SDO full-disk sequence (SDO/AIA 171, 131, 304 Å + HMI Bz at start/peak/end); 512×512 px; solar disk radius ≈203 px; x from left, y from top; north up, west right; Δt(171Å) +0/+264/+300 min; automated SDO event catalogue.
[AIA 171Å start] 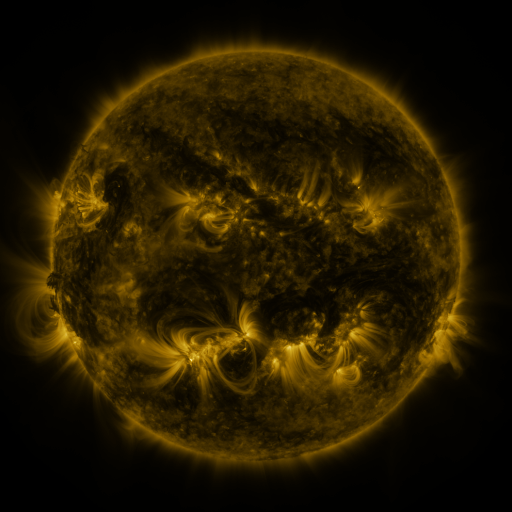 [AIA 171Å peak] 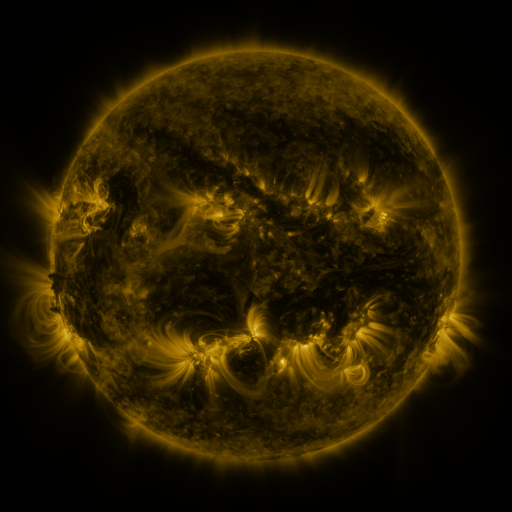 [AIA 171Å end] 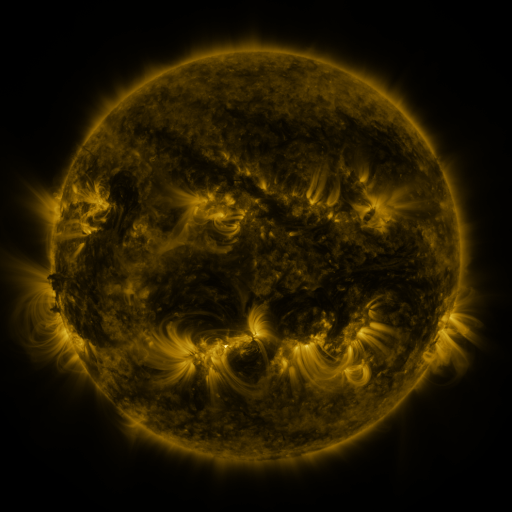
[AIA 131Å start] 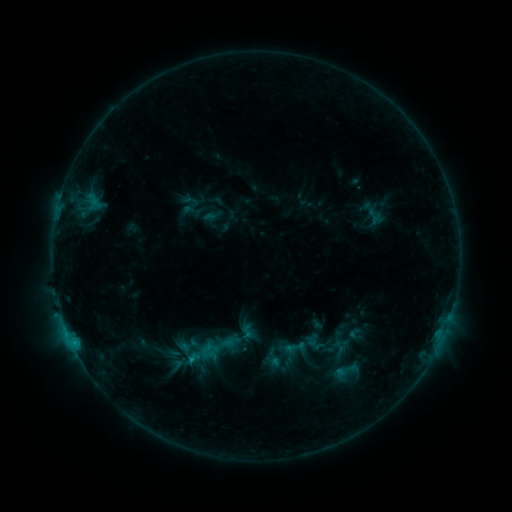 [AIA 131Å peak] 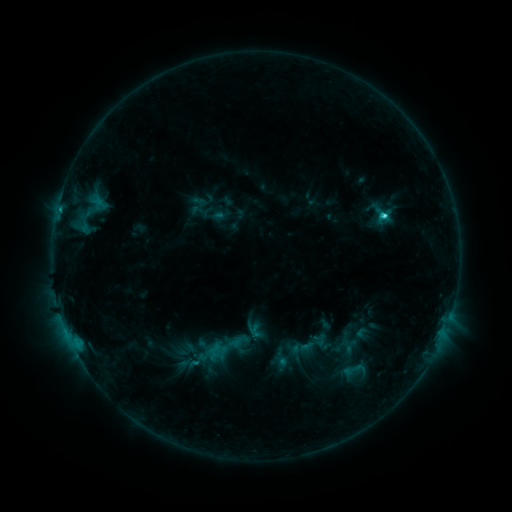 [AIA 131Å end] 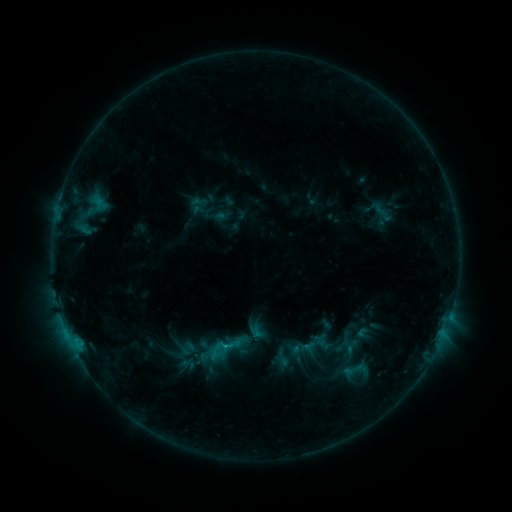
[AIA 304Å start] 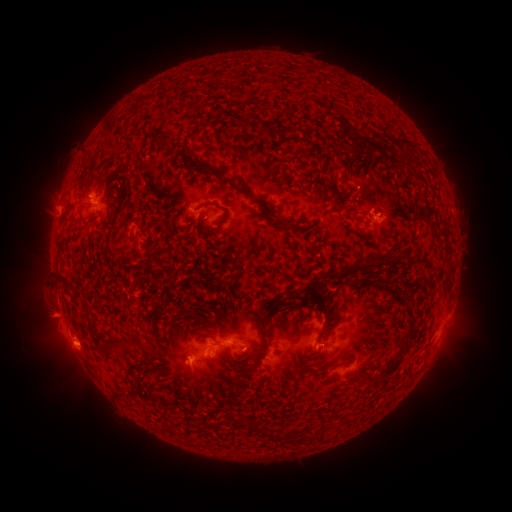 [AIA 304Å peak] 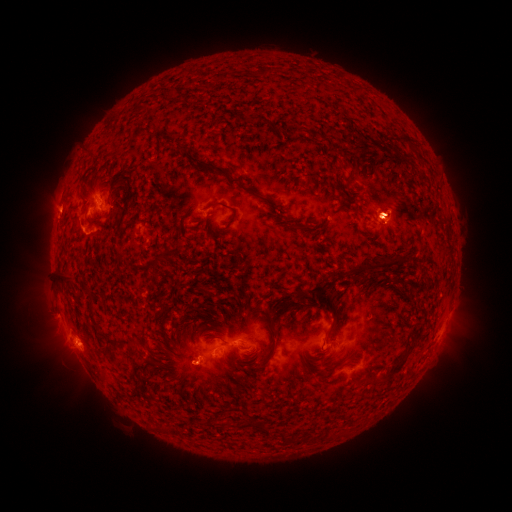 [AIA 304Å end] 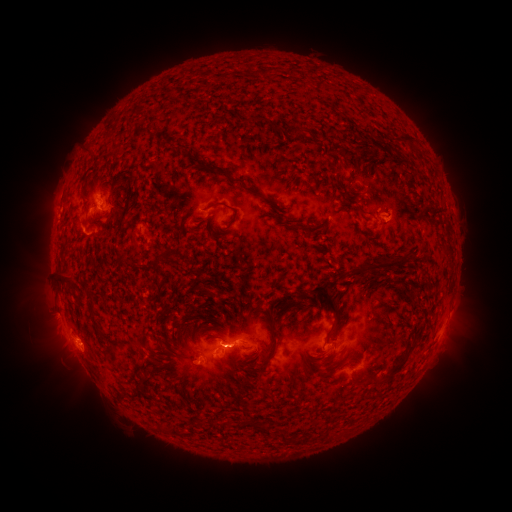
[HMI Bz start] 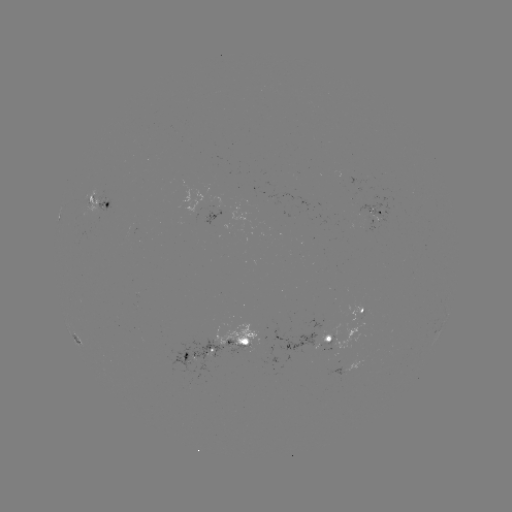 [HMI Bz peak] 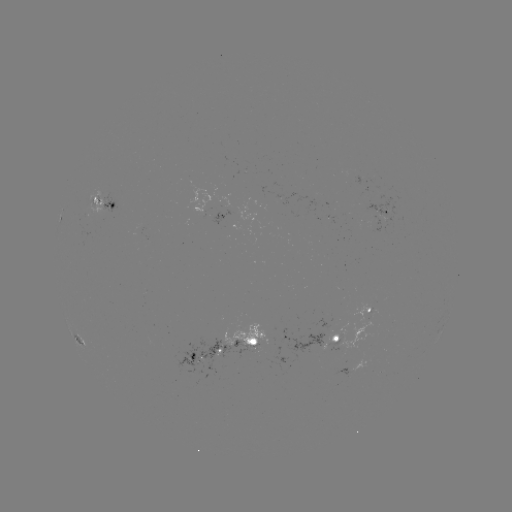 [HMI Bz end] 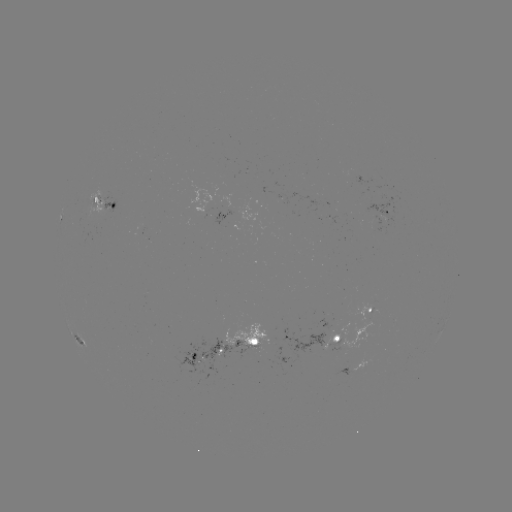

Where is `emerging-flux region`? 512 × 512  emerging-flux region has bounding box [326, 215, 337, 225].